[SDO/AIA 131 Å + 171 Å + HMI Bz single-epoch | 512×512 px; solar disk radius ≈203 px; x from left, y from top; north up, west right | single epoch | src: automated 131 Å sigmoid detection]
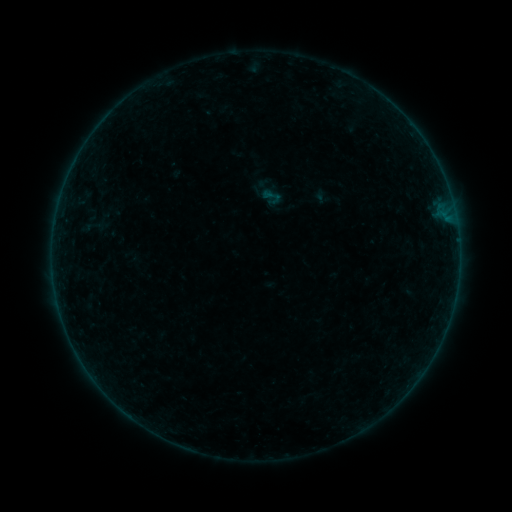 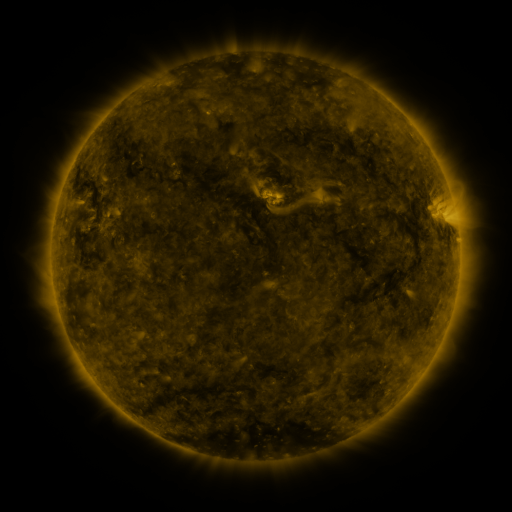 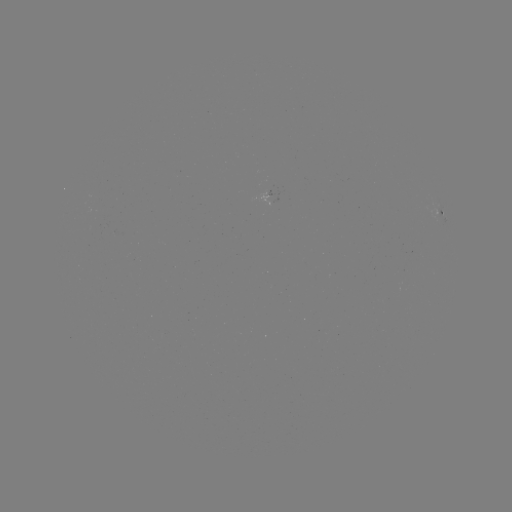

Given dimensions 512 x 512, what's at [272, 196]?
sigmoid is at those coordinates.